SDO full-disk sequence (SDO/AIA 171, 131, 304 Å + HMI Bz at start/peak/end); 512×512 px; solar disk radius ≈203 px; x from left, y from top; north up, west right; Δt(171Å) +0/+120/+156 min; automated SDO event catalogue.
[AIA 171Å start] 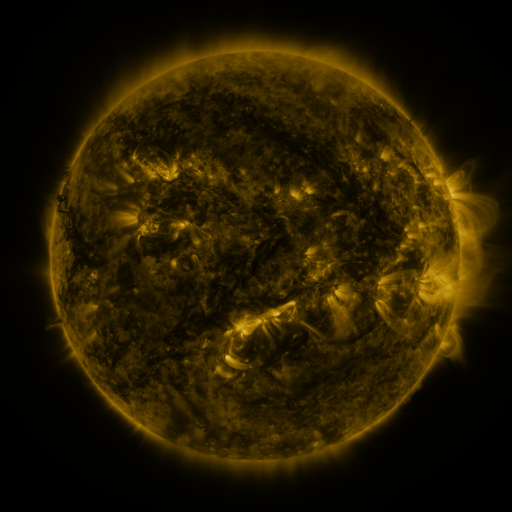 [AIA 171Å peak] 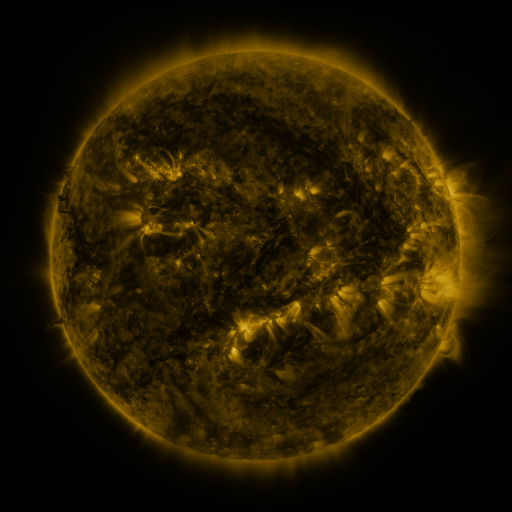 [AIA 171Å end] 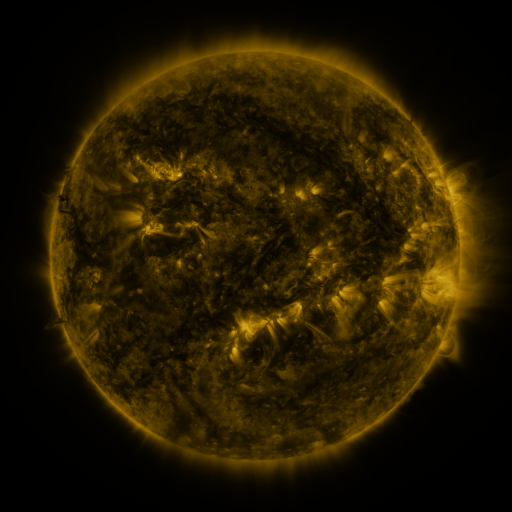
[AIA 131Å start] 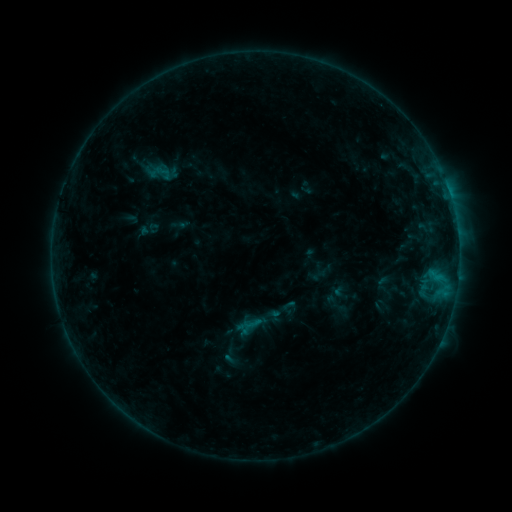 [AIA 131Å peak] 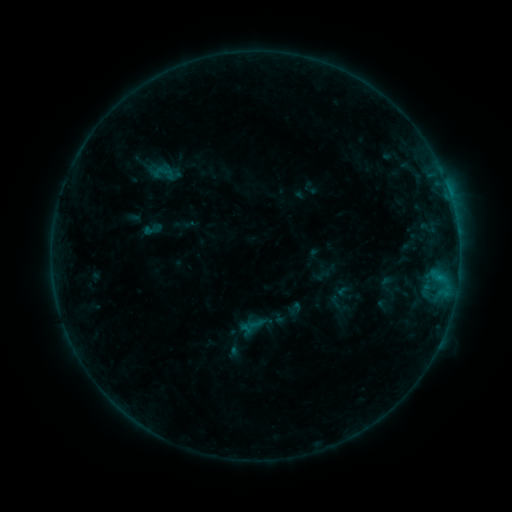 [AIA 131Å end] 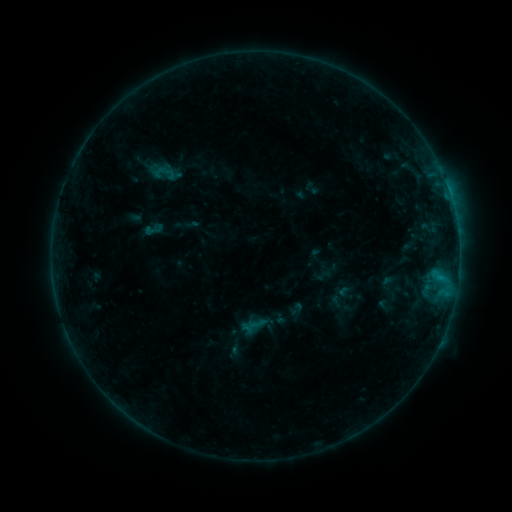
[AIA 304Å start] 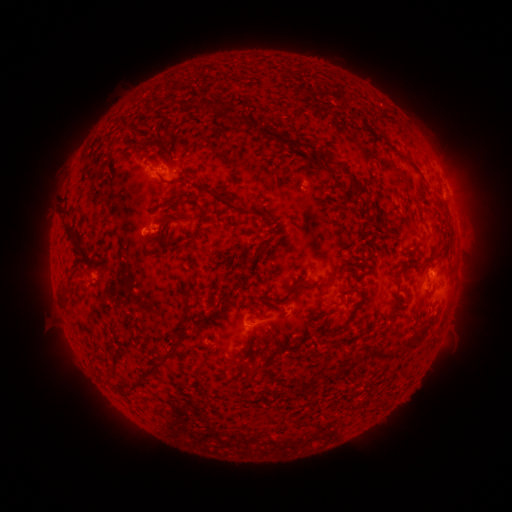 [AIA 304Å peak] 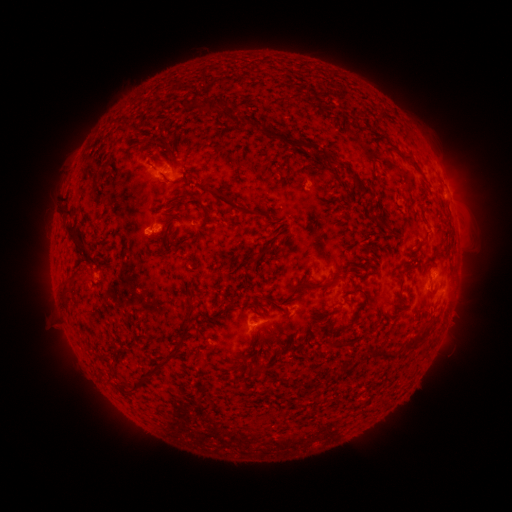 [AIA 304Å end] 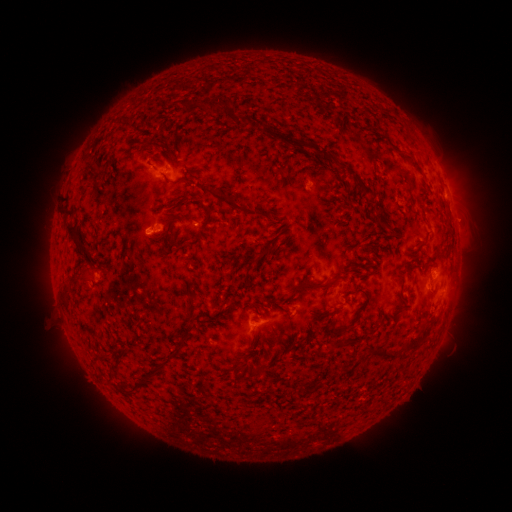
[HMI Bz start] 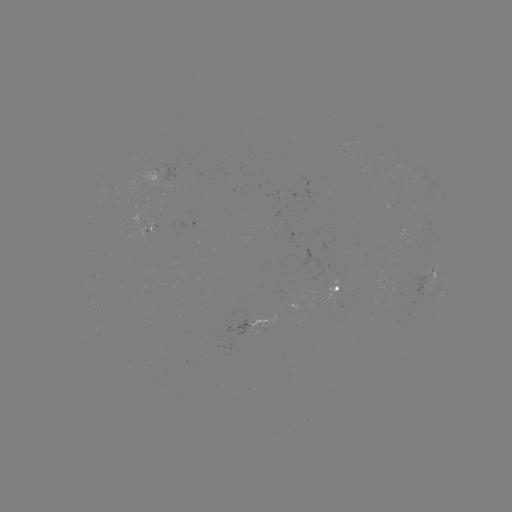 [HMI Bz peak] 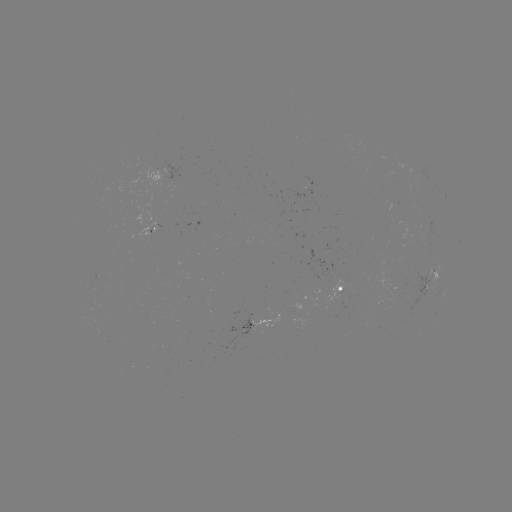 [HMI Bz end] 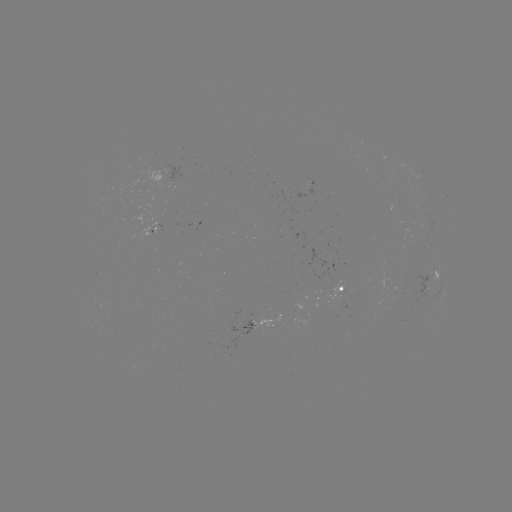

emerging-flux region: (413, 269, 431, 309)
